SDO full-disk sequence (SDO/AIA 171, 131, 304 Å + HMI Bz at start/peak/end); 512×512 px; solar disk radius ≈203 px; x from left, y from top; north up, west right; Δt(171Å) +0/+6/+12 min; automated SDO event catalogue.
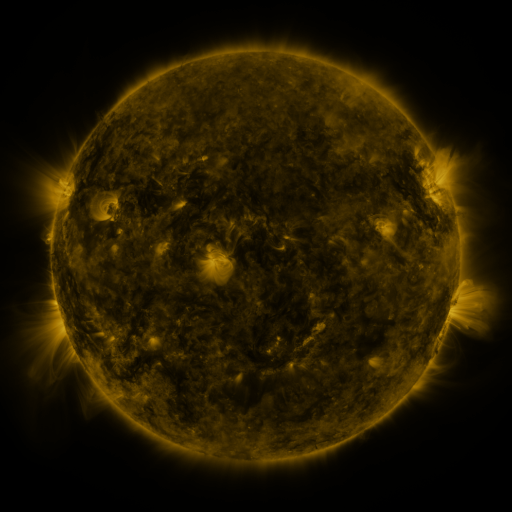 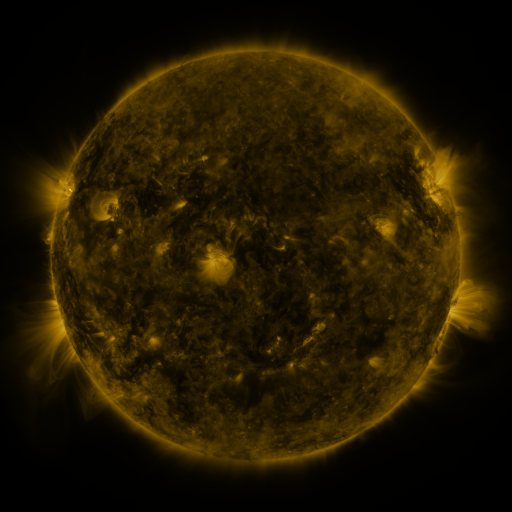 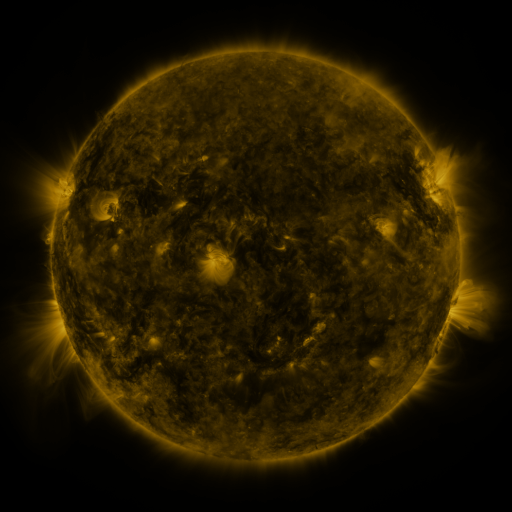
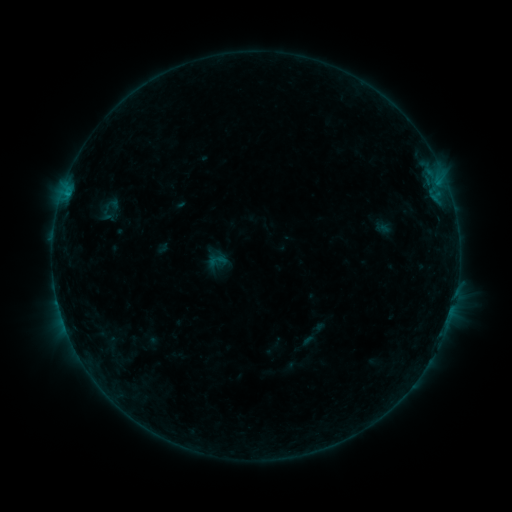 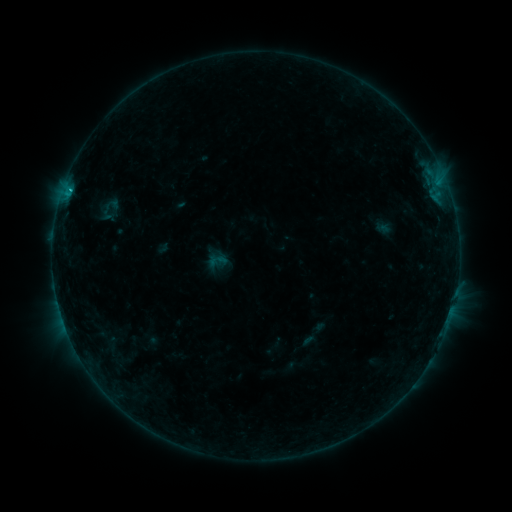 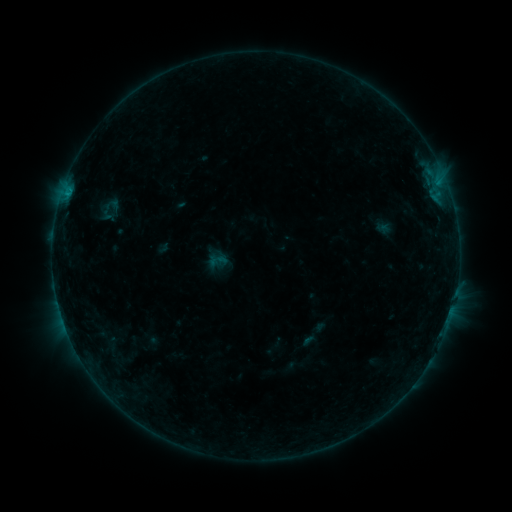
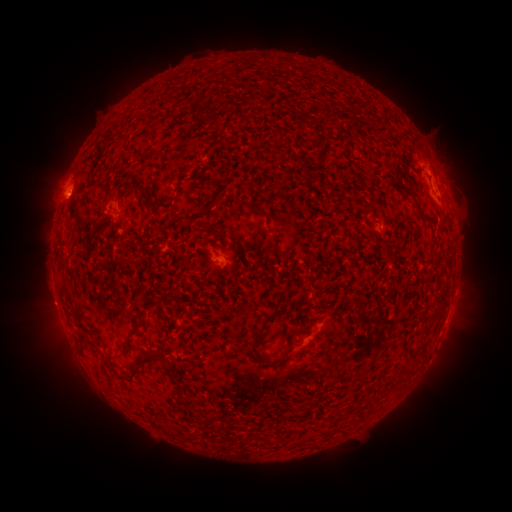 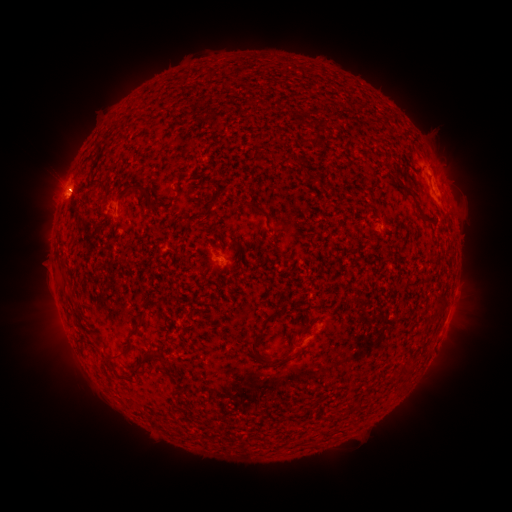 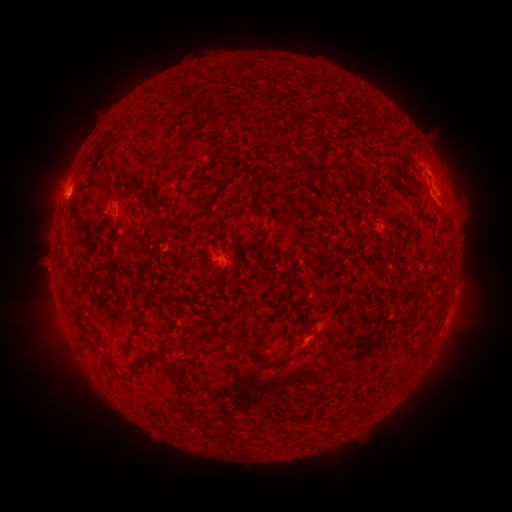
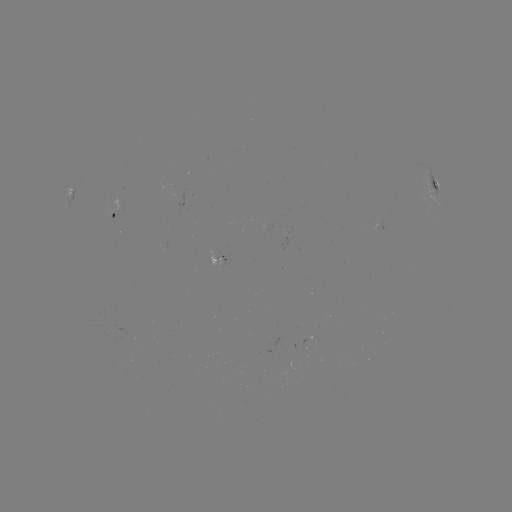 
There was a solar flare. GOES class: B4.4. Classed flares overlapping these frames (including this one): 1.